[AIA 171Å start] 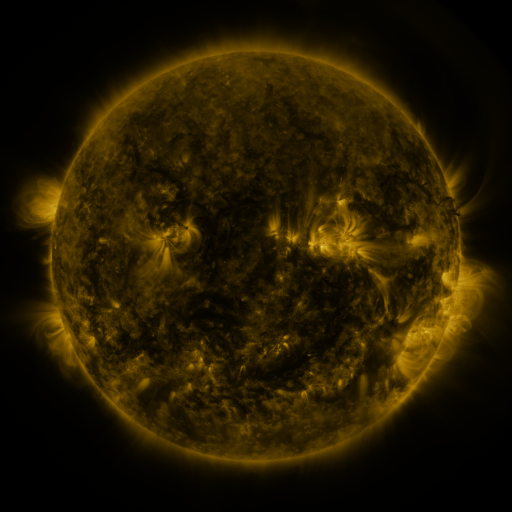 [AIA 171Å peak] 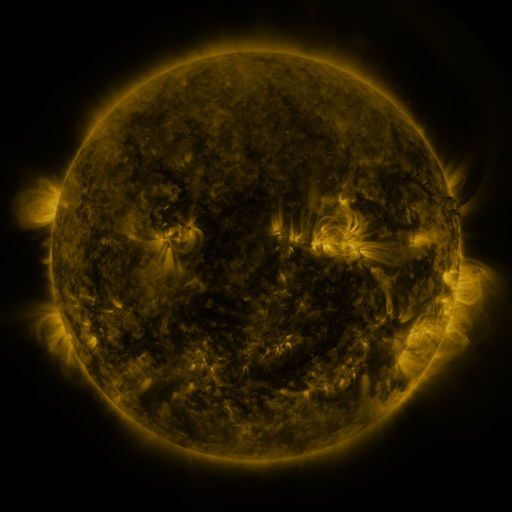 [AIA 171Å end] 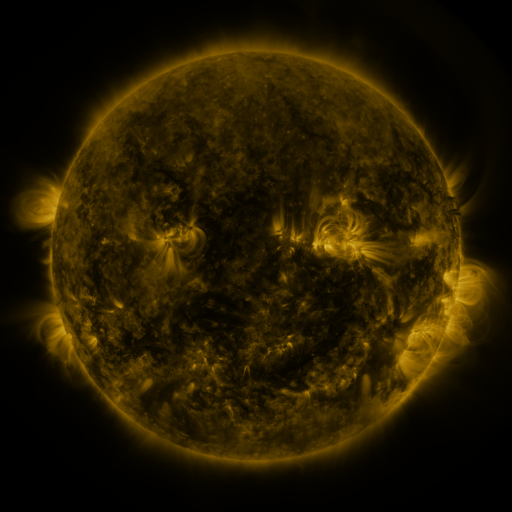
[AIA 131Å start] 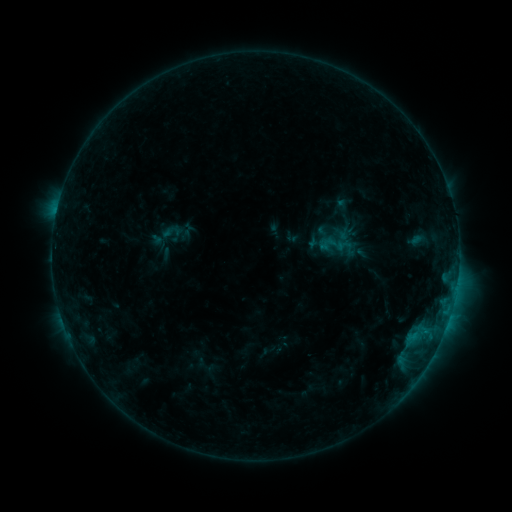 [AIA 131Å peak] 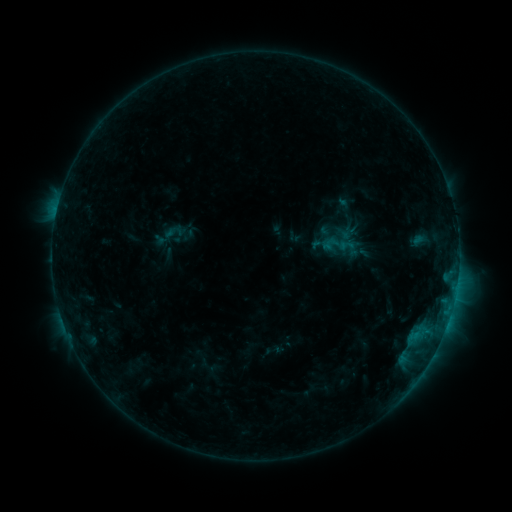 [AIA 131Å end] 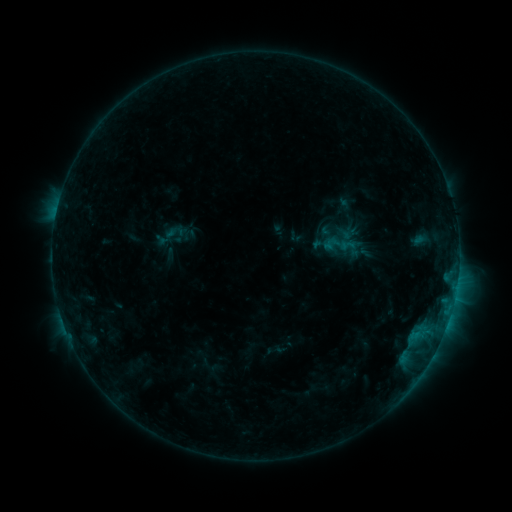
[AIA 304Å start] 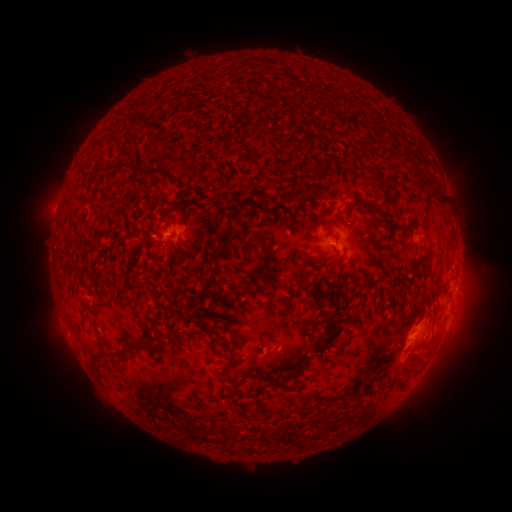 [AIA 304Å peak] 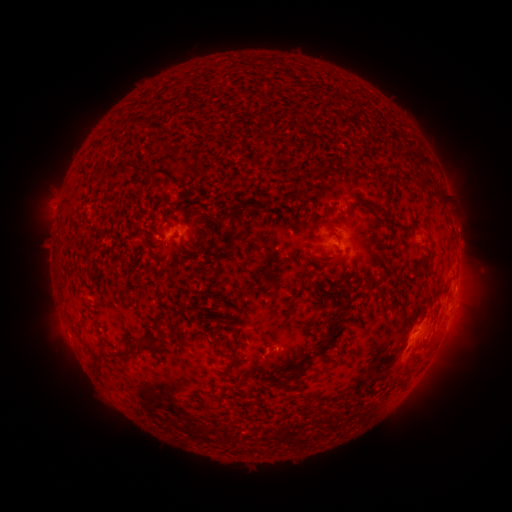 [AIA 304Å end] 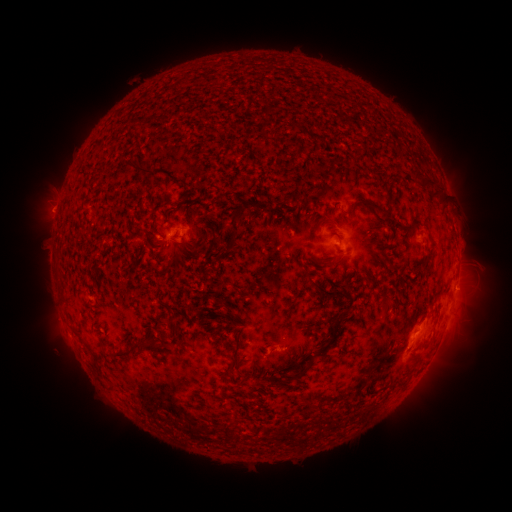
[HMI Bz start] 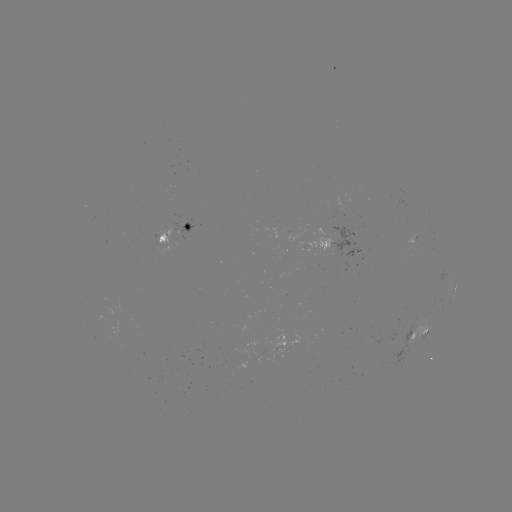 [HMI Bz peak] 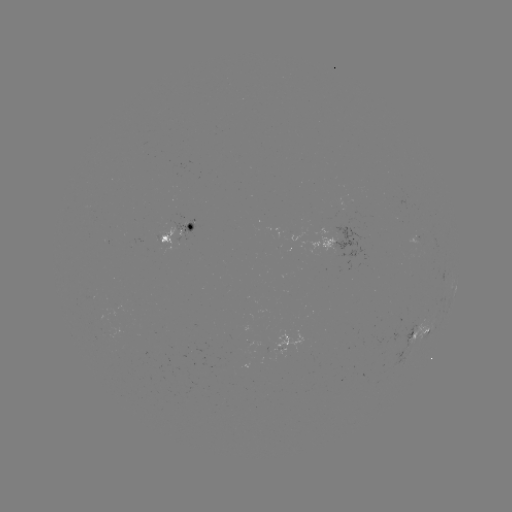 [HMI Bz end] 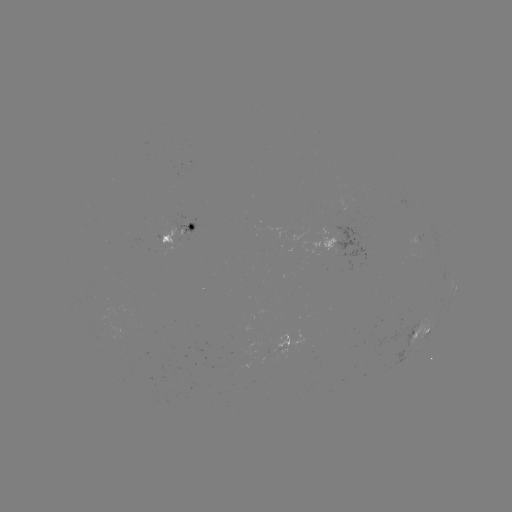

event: emerging-flux region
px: (282, 345)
